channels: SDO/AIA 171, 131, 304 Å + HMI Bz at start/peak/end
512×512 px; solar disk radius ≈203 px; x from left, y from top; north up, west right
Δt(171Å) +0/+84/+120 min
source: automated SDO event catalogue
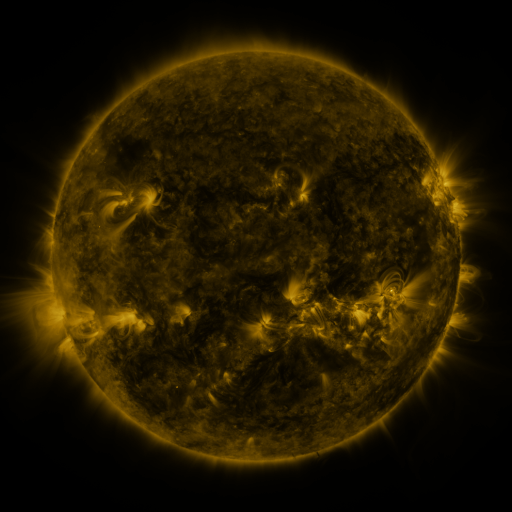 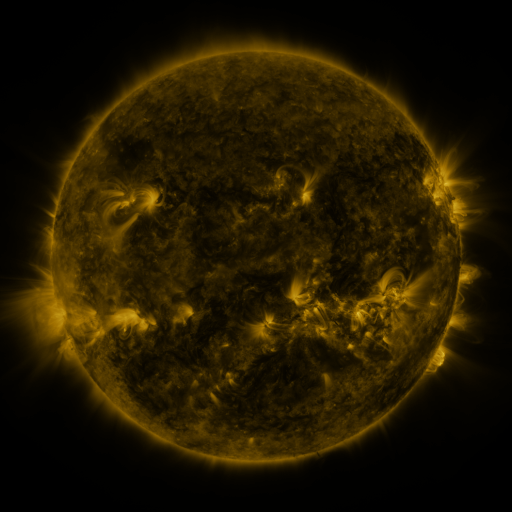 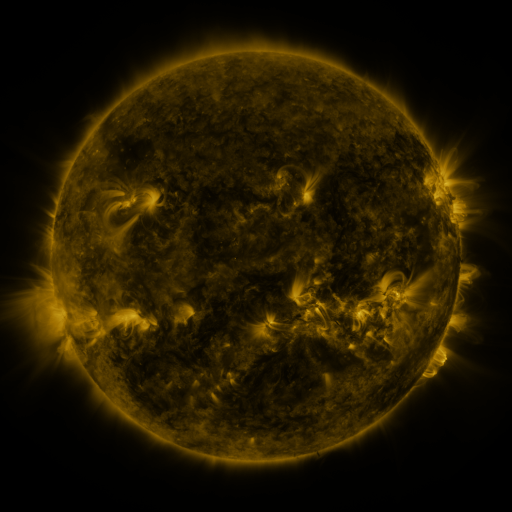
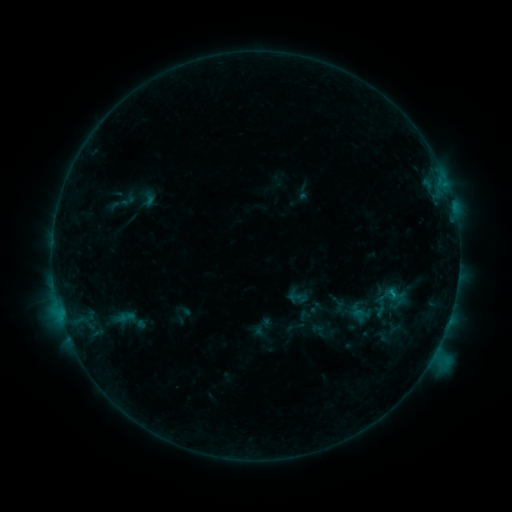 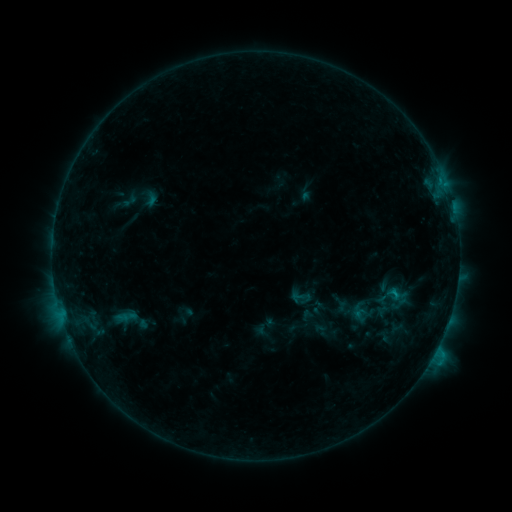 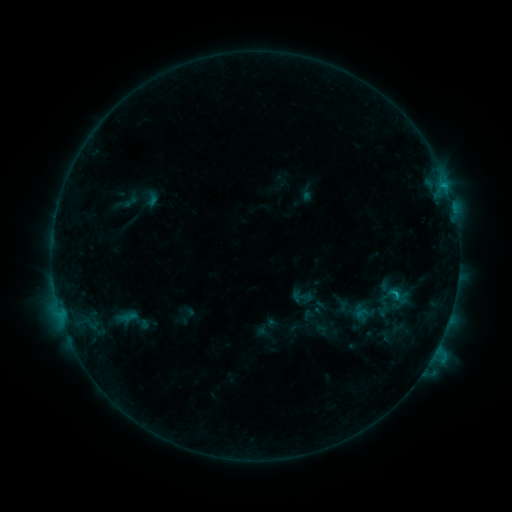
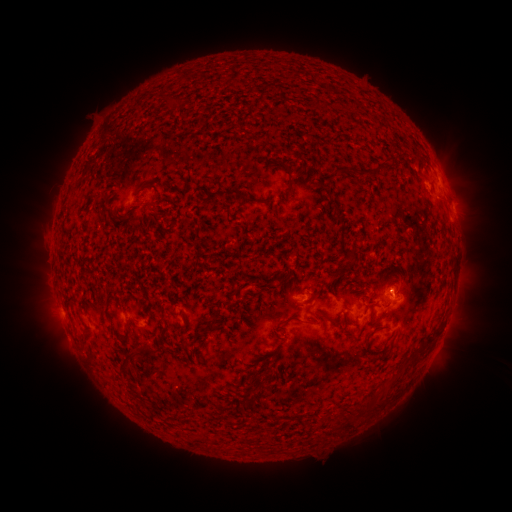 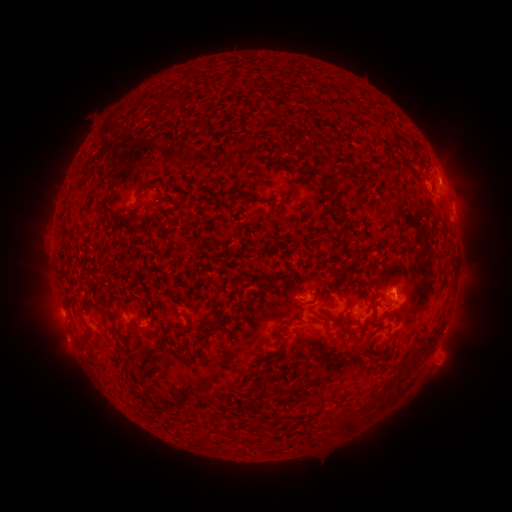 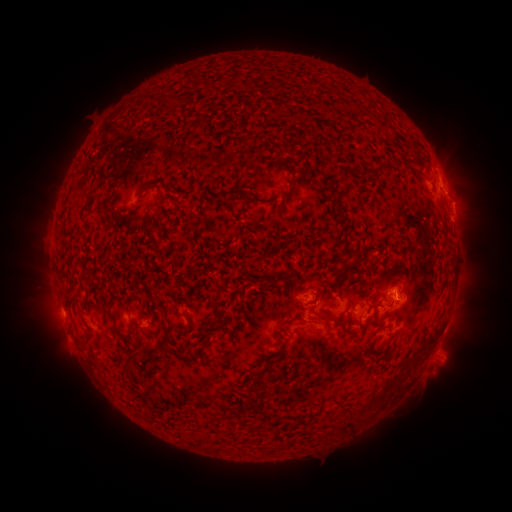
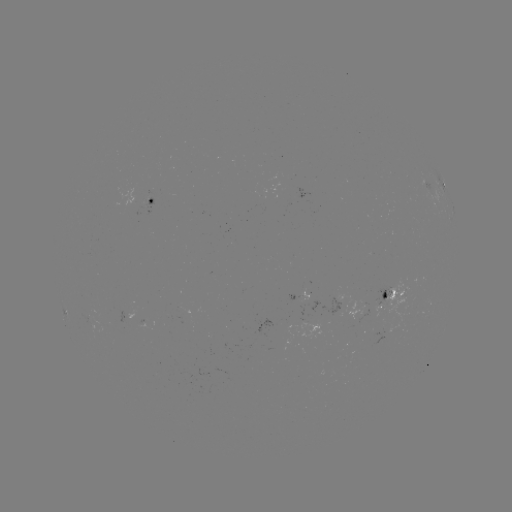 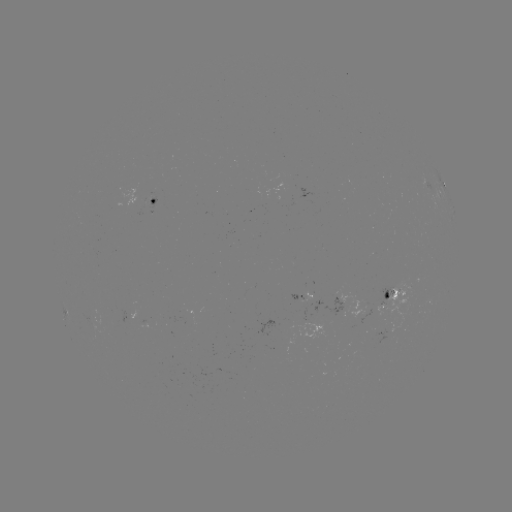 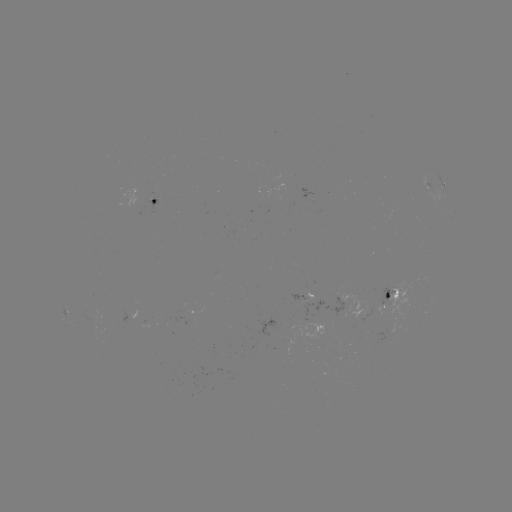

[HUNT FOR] emerging-flux region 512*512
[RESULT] [310, 299]